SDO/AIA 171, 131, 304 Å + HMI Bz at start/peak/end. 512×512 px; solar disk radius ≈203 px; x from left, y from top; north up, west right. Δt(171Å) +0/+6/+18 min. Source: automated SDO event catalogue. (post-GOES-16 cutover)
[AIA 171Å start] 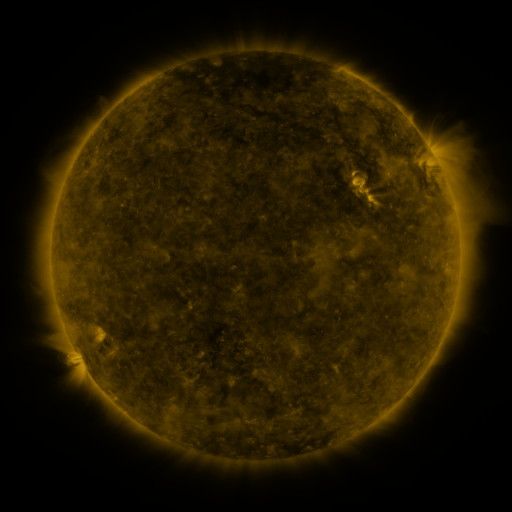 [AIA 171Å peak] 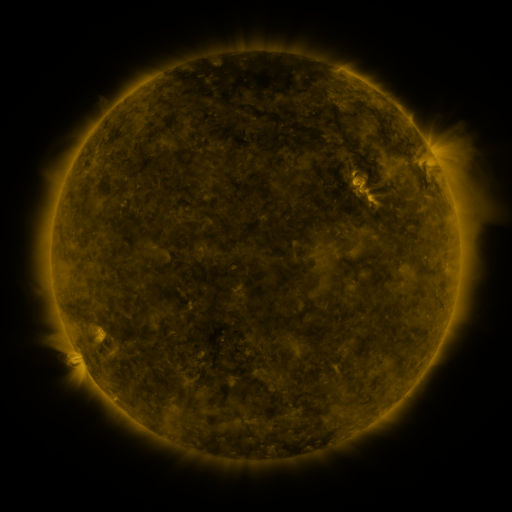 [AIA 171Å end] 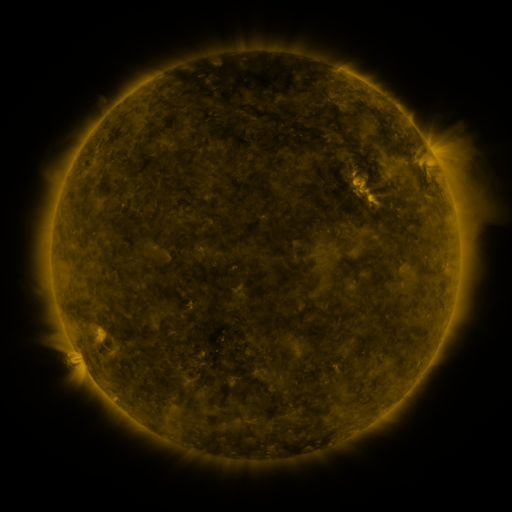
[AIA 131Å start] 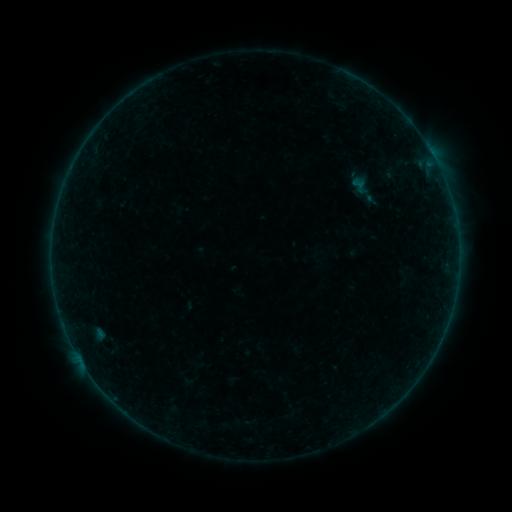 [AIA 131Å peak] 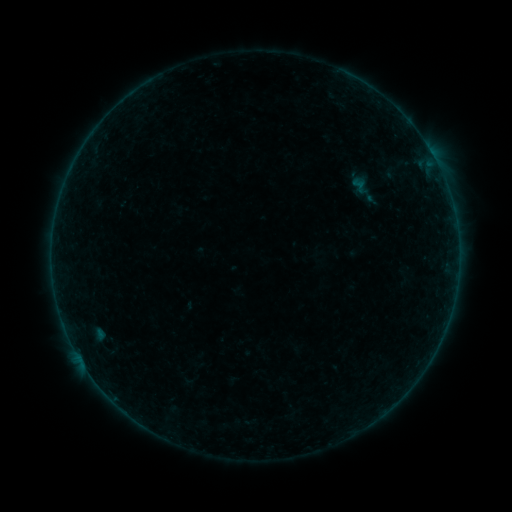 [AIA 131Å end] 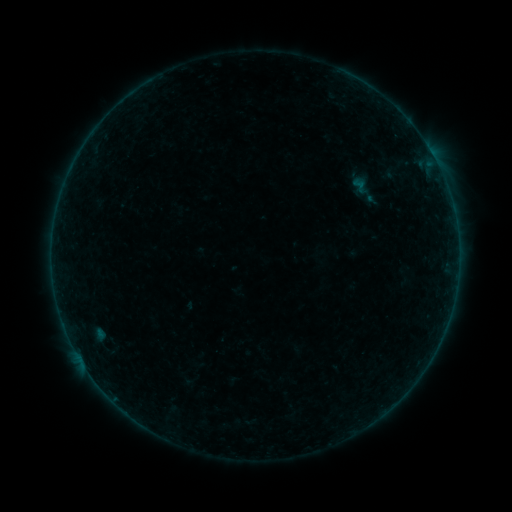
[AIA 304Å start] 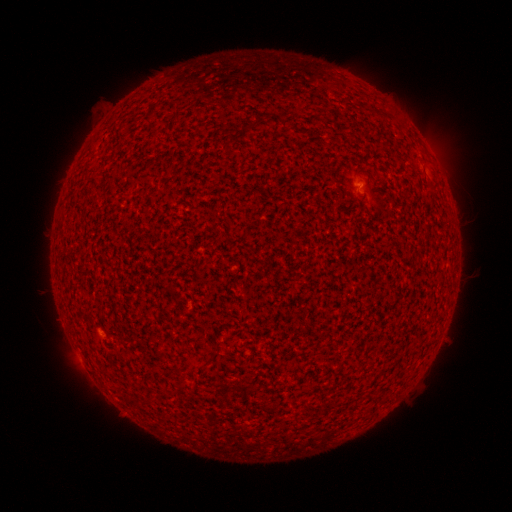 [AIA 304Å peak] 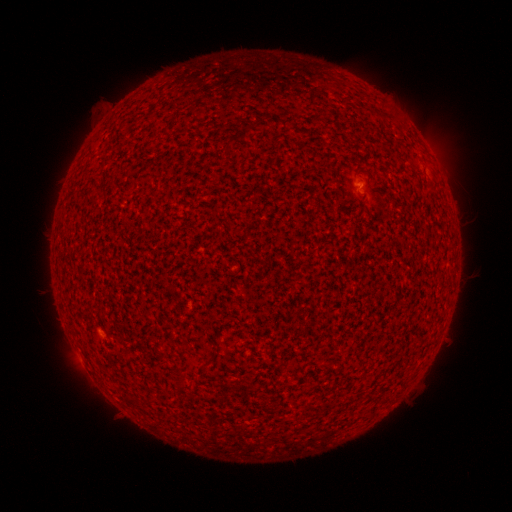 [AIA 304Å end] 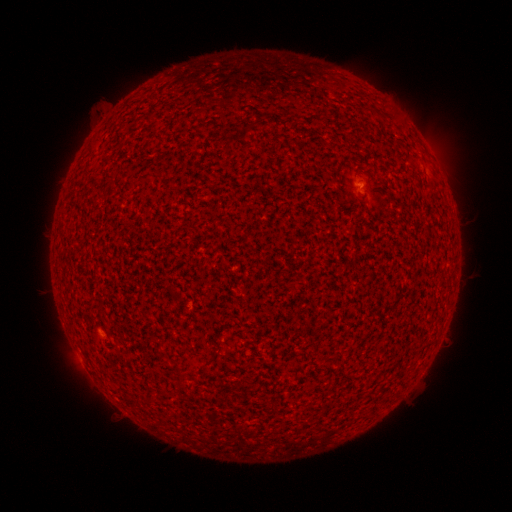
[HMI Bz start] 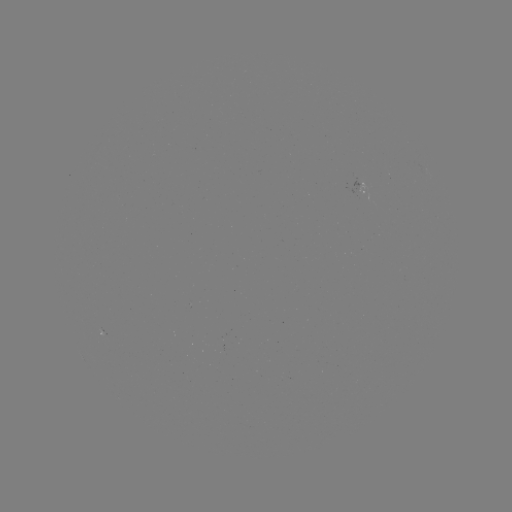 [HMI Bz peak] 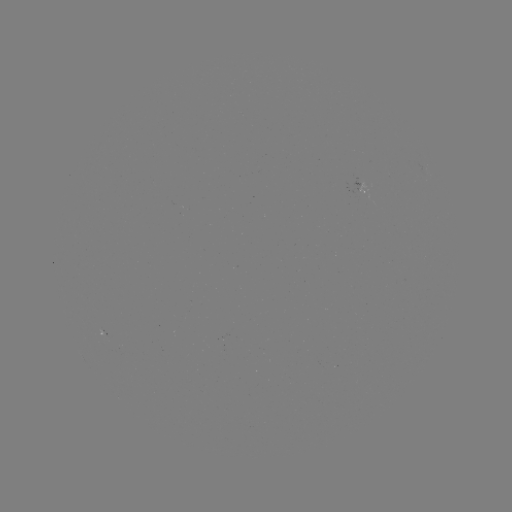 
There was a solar flare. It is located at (359, 187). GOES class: A3.6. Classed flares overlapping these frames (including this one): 1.